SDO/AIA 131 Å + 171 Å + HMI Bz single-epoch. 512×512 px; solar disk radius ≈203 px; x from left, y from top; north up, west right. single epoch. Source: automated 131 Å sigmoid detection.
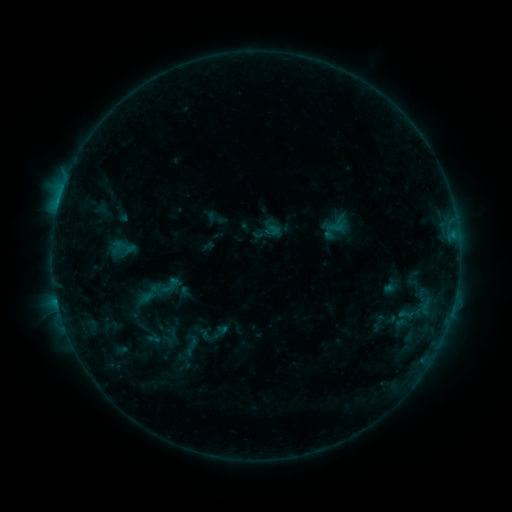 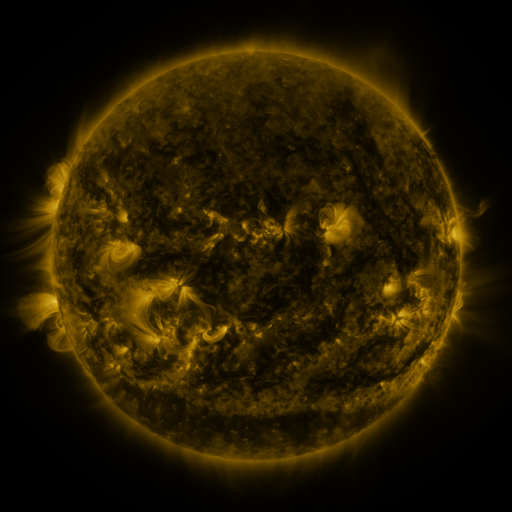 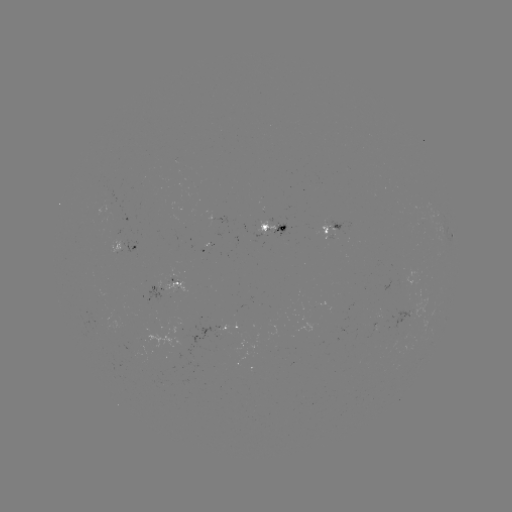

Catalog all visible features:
sigmoid: (407, 314)
sigmoid: (188, 351)
